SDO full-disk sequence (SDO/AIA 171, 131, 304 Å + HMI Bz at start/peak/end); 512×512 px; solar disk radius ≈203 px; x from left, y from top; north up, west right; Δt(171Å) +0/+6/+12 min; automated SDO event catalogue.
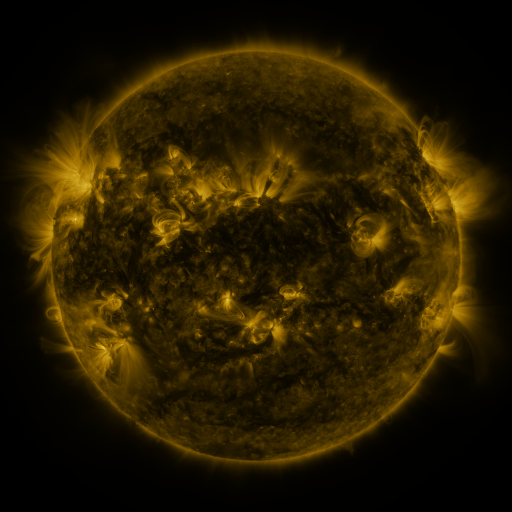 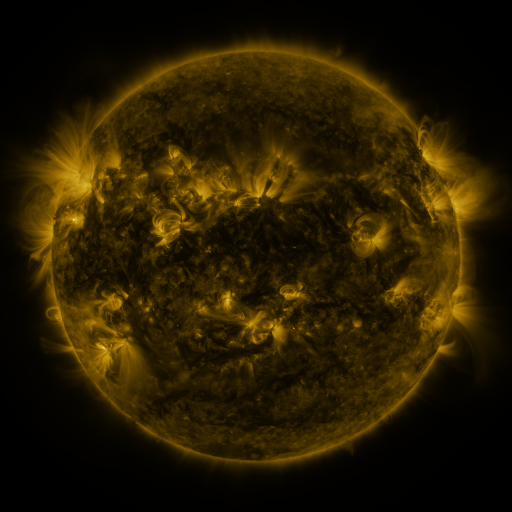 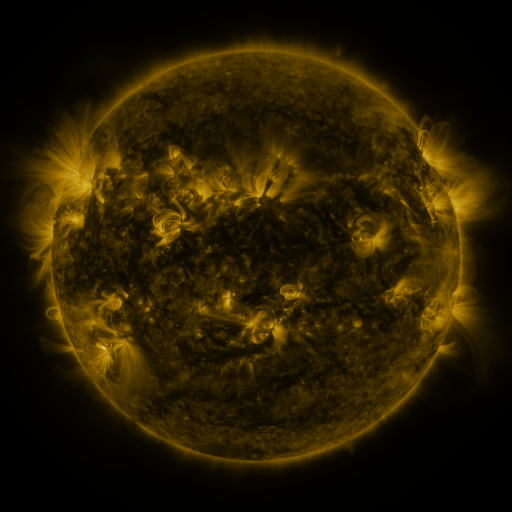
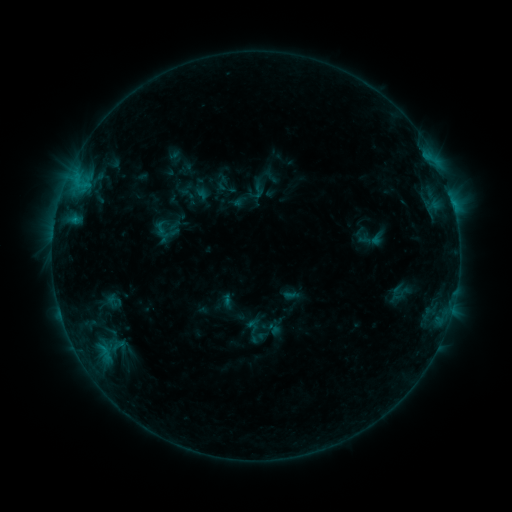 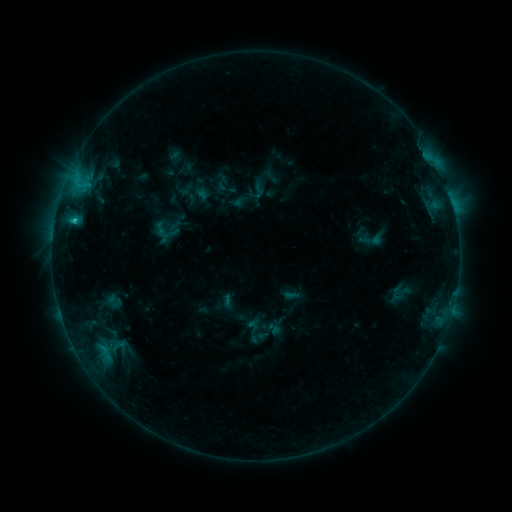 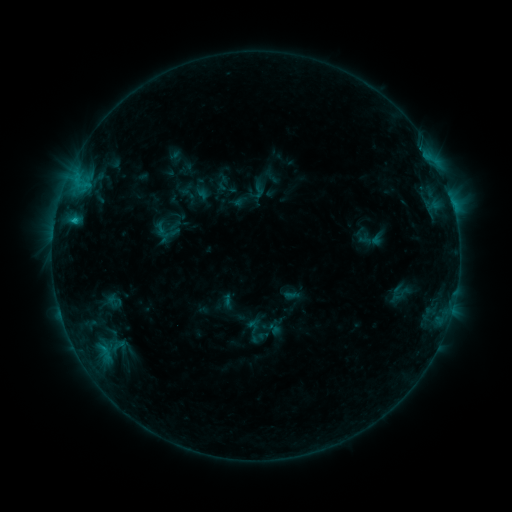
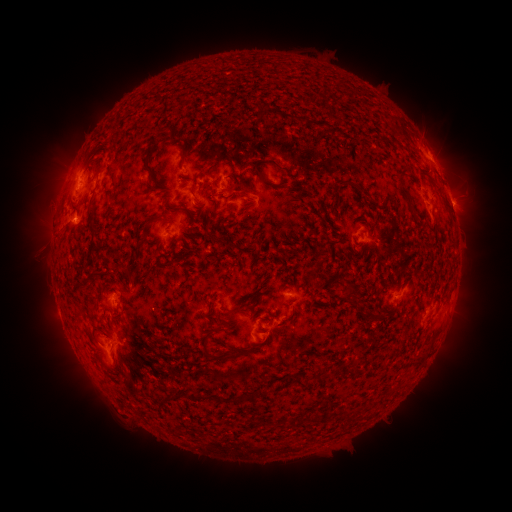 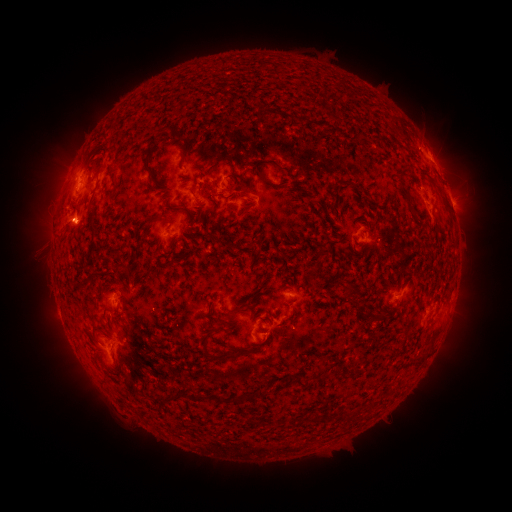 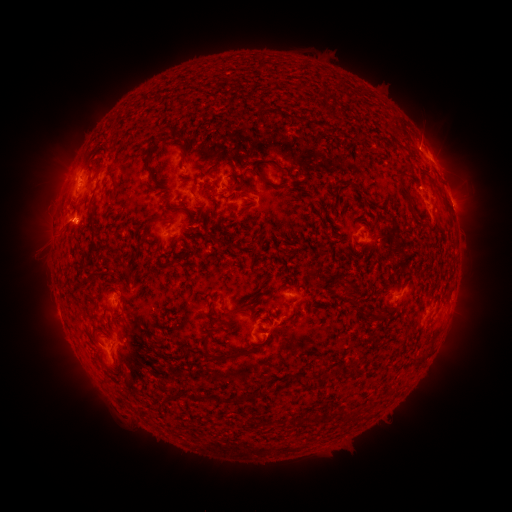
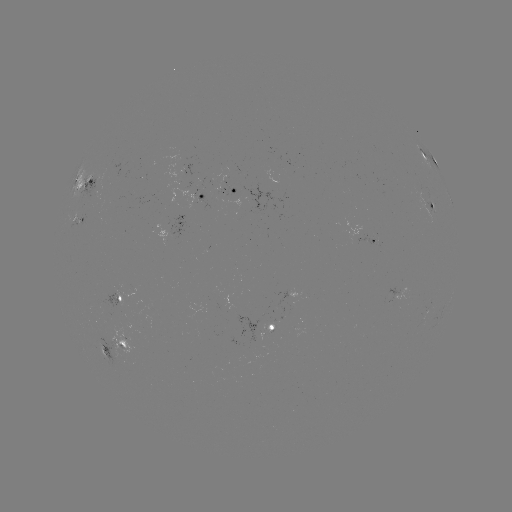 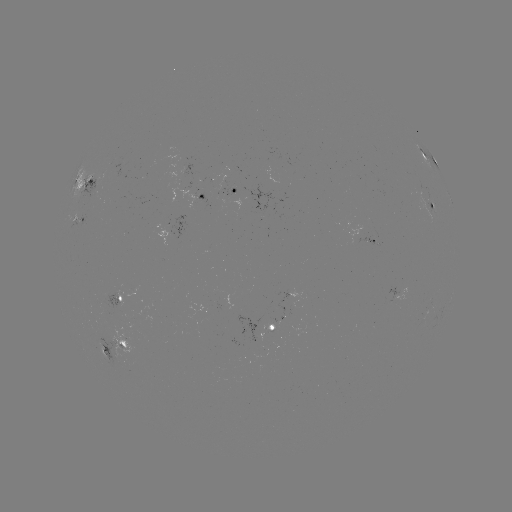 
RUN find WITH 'C1.0 flare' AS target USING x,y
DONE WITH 74,221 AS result